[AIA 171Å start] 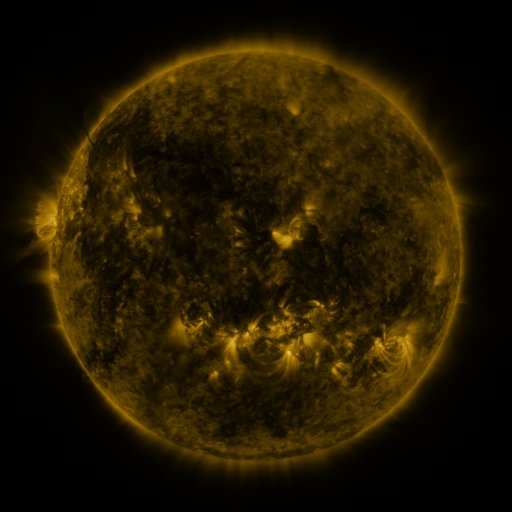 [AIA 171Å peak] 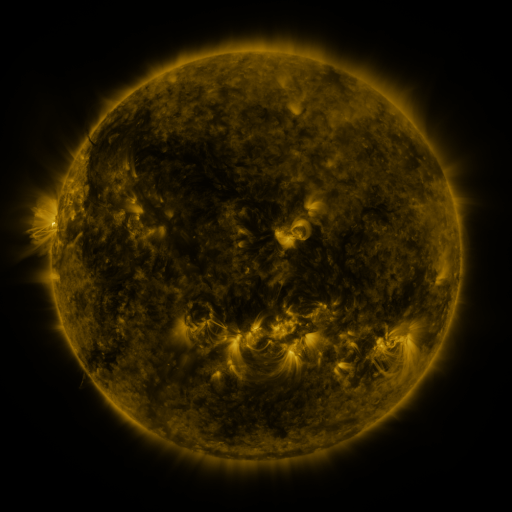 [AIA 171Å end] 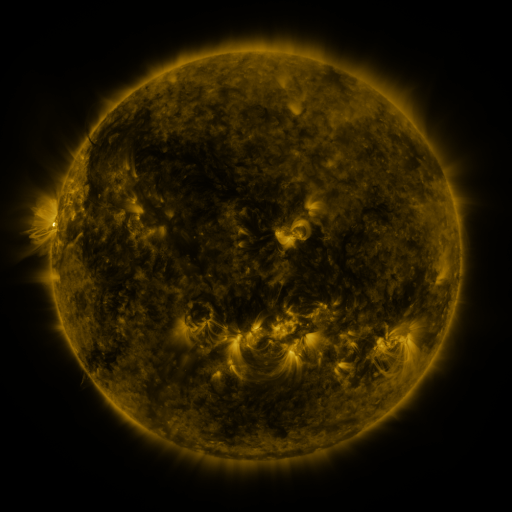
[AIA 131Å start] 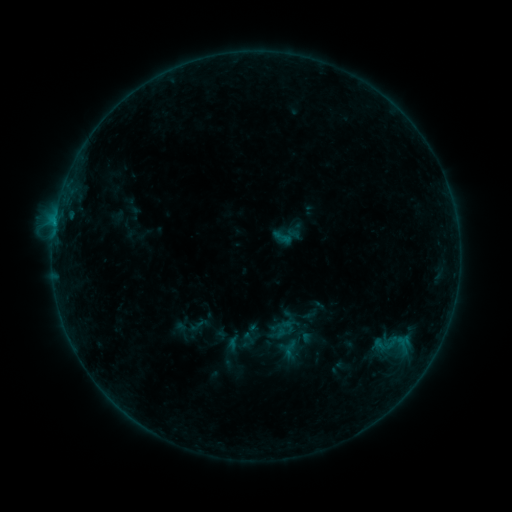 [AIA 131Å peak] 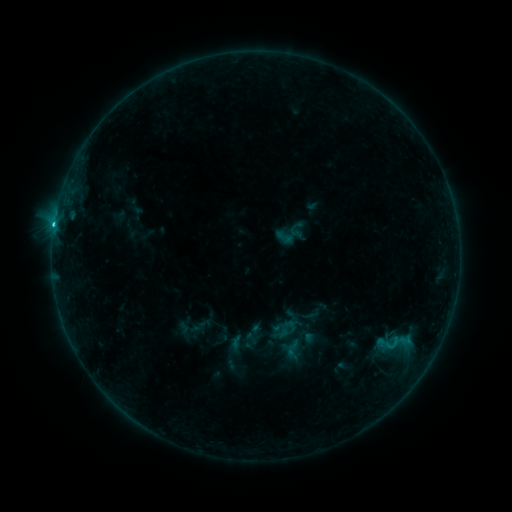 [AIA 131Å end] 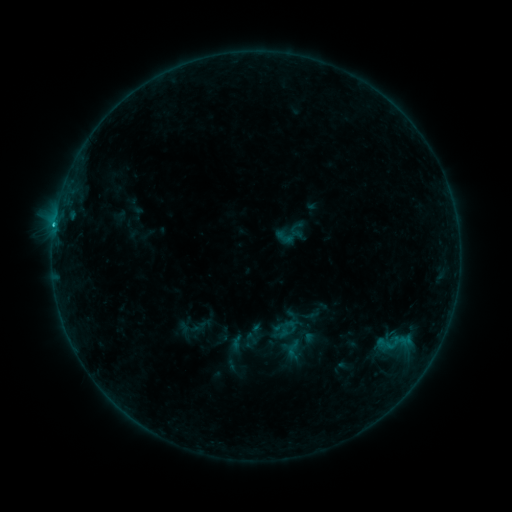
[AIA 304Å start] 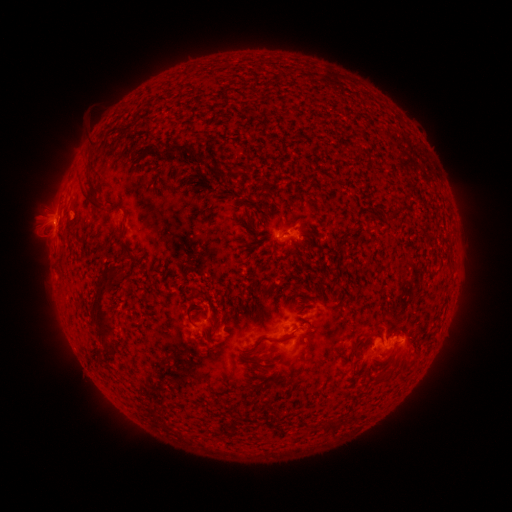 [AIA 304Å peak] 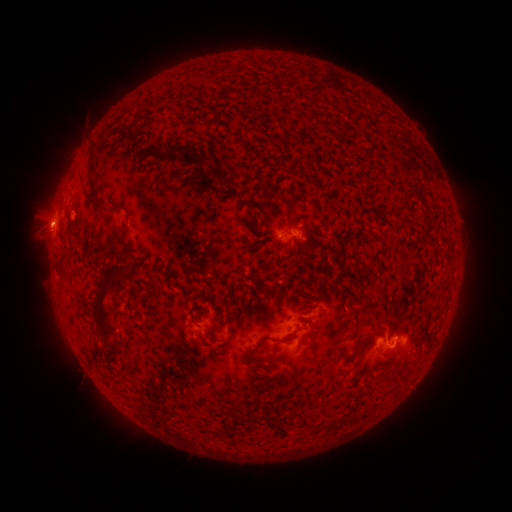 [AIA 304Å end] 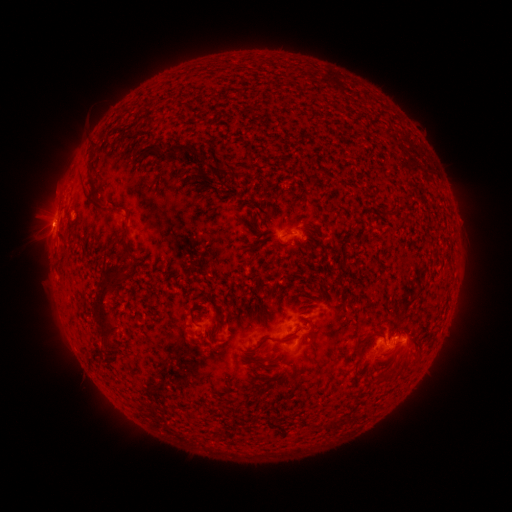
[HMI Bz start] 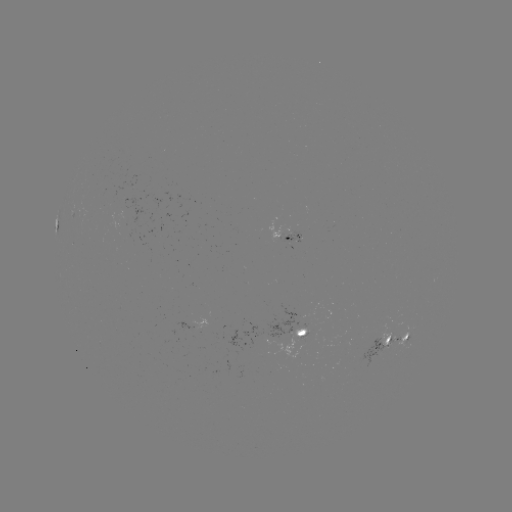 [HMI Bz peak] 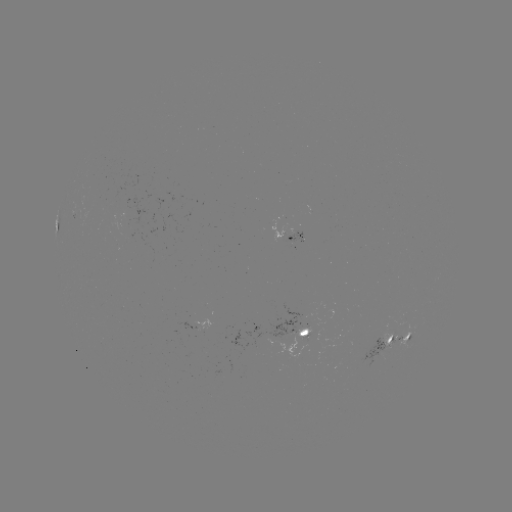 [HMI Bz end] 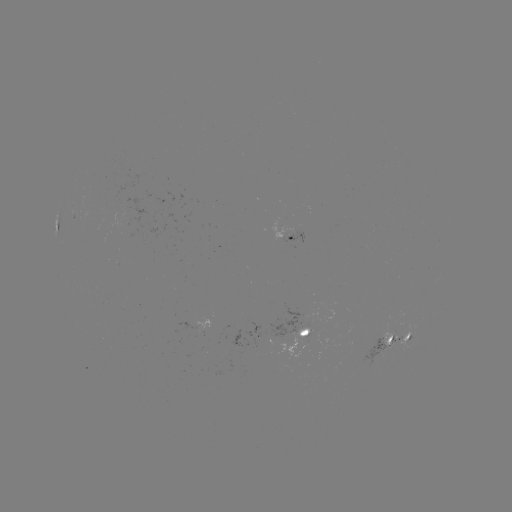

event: flare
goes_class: C2.5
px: (395, 341)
